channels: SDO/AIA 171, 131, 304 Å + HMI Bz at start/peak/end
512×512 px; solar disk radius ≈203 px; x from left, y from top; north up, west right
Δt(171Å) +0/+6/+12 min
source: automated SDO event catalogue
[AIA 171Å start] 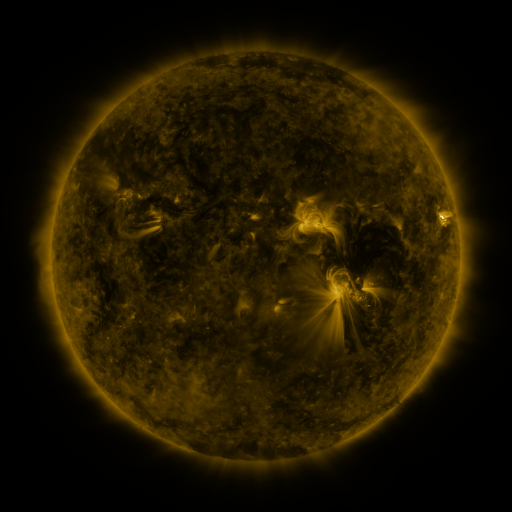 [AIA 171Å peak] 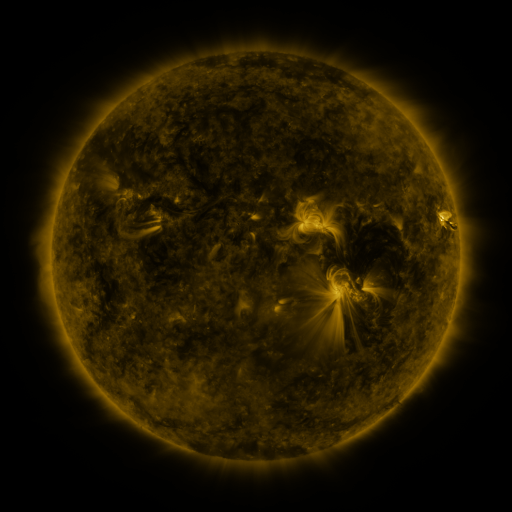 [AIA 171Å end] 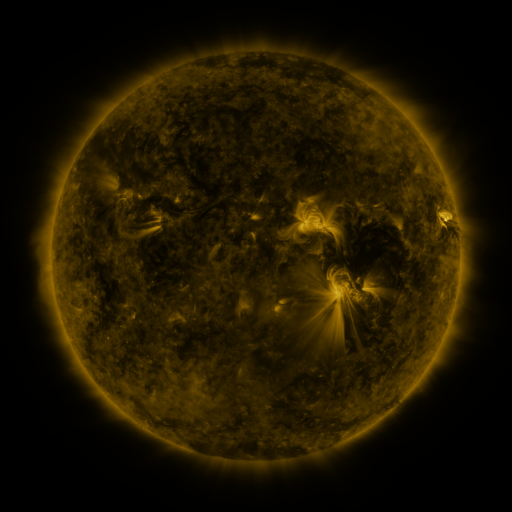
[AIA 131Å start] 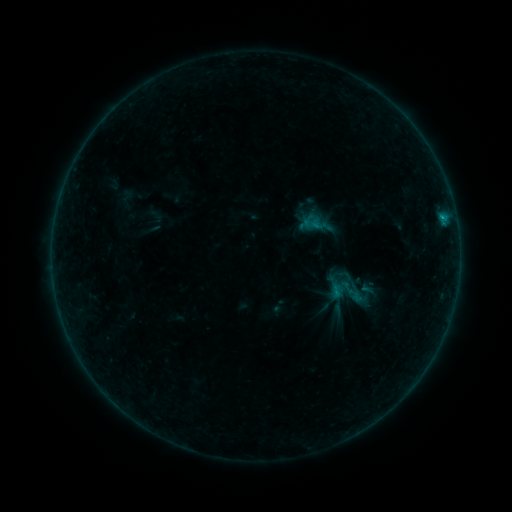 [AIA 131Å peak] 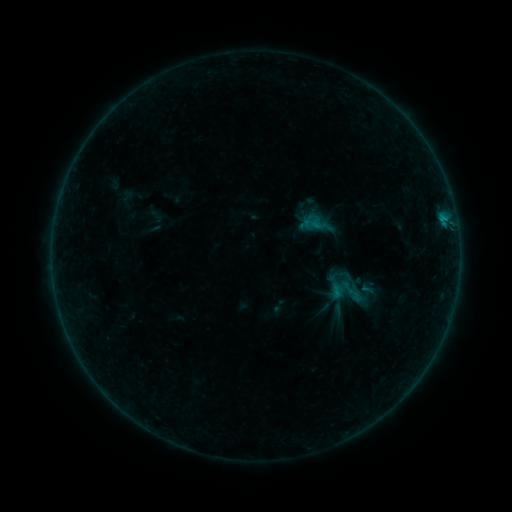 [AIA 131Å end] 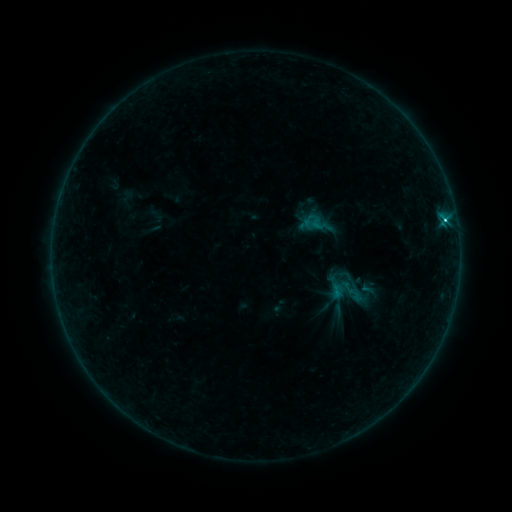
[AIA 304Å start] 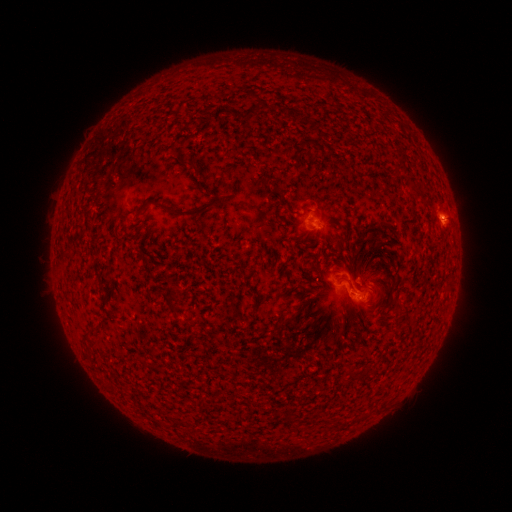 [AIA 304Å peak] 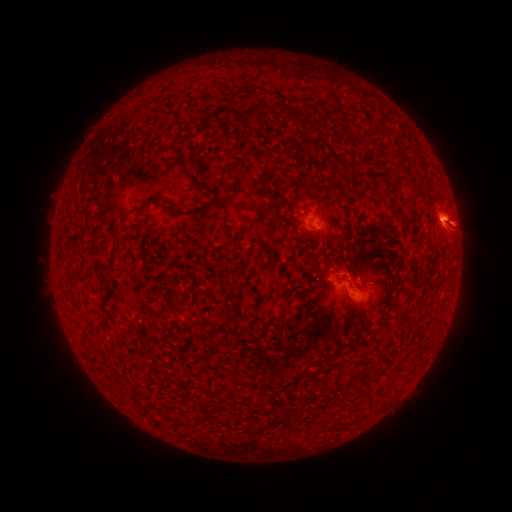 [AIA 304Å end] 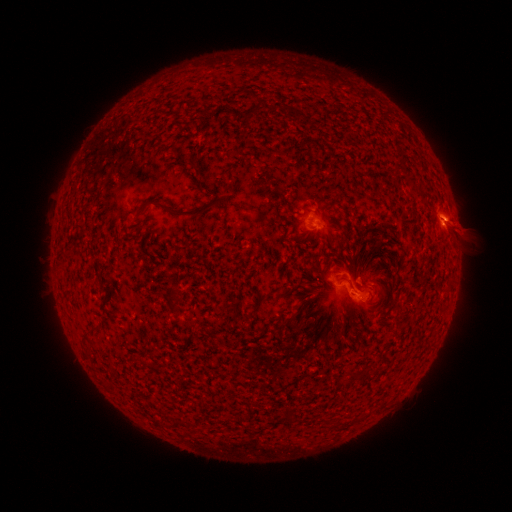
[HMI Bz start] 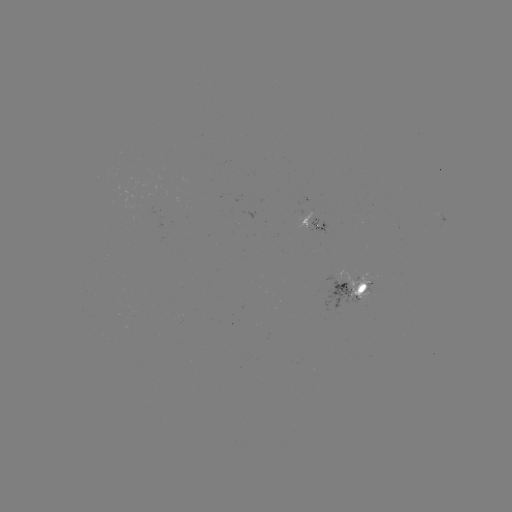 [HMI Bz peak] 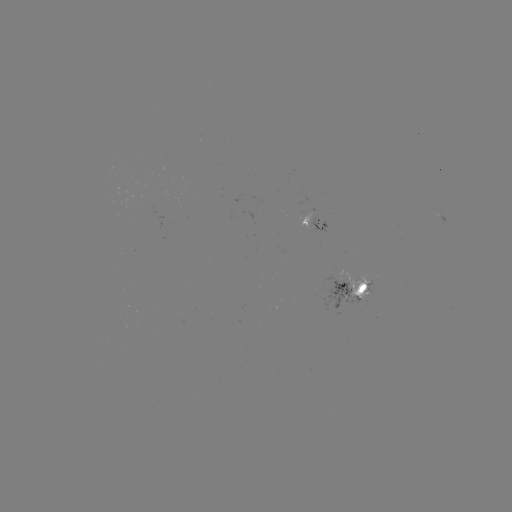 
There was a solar flare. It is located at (443, 222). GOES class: C5.9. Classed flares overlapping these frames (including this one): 1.